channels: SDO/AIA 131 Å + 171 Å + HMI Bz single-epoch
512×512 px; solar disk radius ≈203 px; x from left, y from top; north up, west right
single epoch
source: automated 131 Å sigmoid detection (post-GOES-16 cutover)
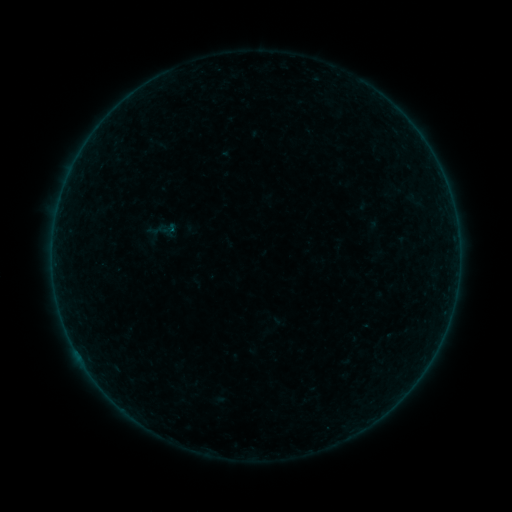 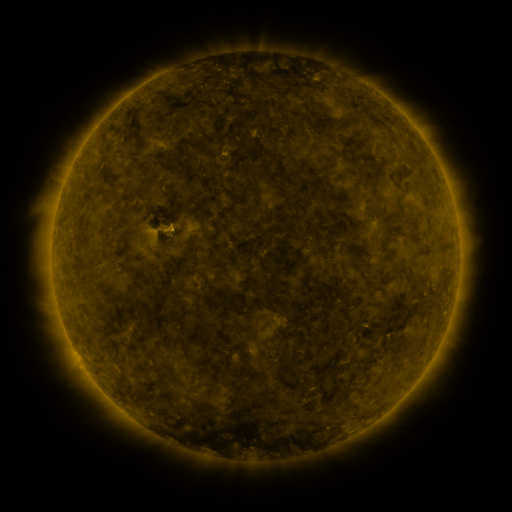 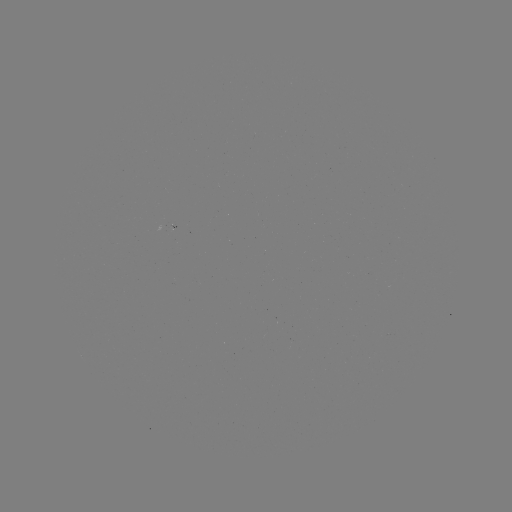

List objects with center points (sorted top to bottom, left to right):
sigmoid: (167, 228)
